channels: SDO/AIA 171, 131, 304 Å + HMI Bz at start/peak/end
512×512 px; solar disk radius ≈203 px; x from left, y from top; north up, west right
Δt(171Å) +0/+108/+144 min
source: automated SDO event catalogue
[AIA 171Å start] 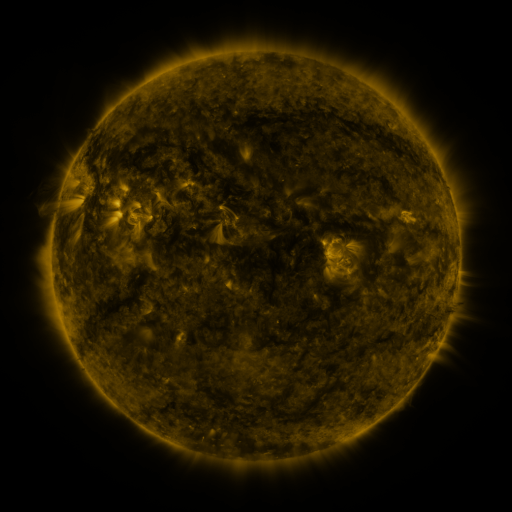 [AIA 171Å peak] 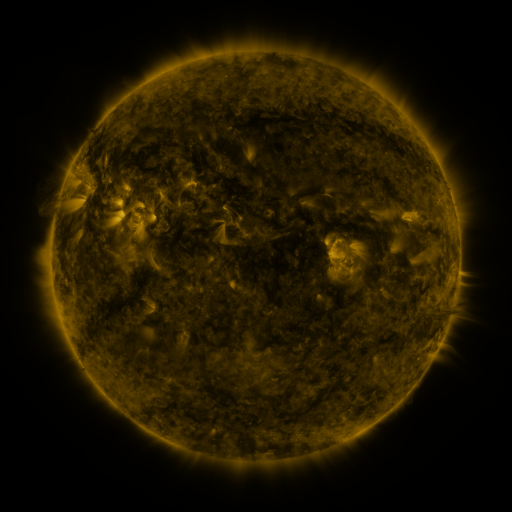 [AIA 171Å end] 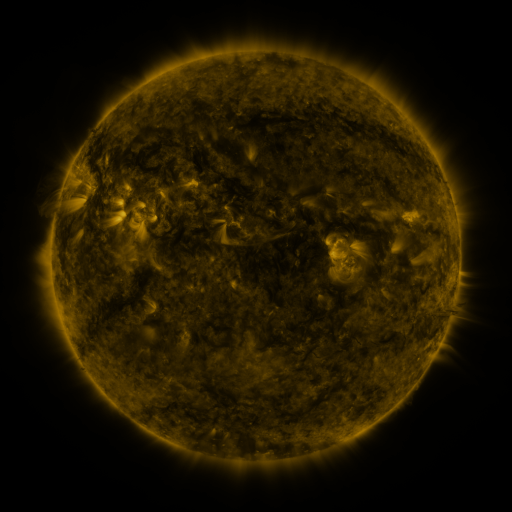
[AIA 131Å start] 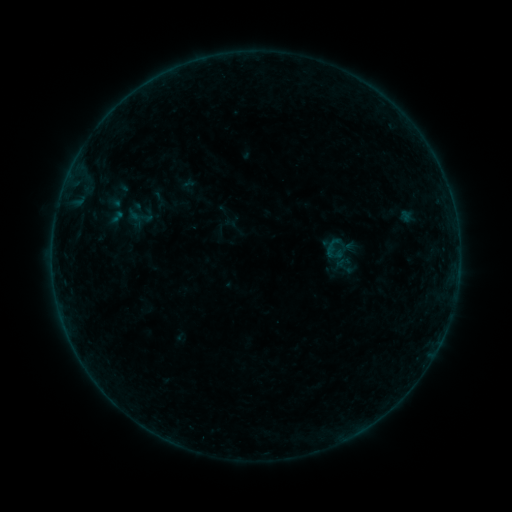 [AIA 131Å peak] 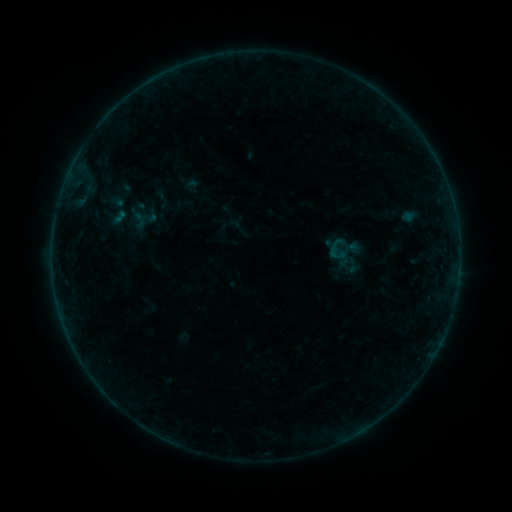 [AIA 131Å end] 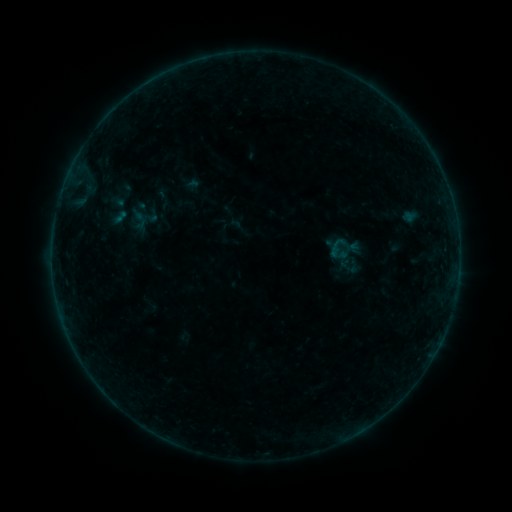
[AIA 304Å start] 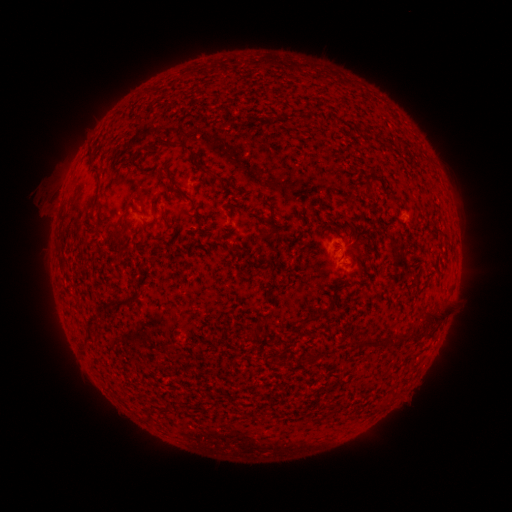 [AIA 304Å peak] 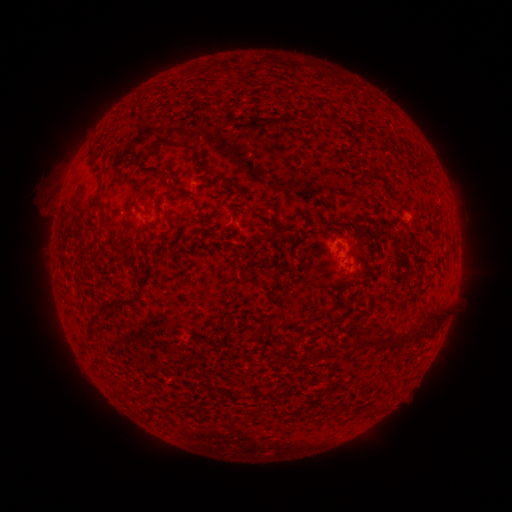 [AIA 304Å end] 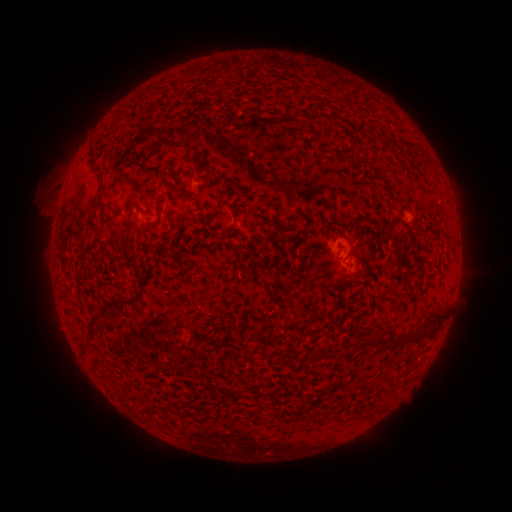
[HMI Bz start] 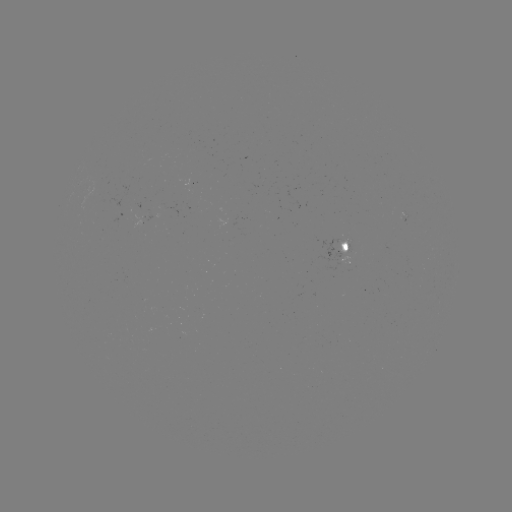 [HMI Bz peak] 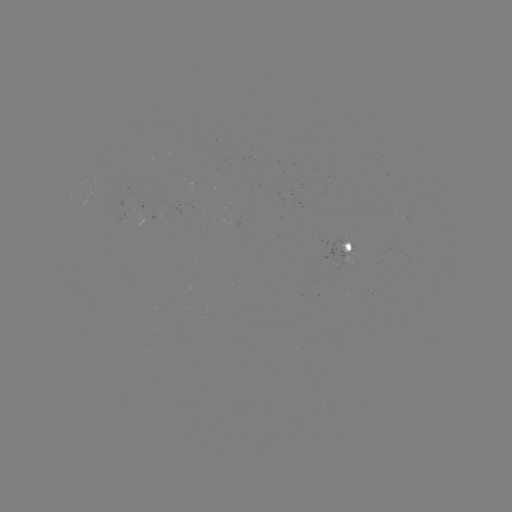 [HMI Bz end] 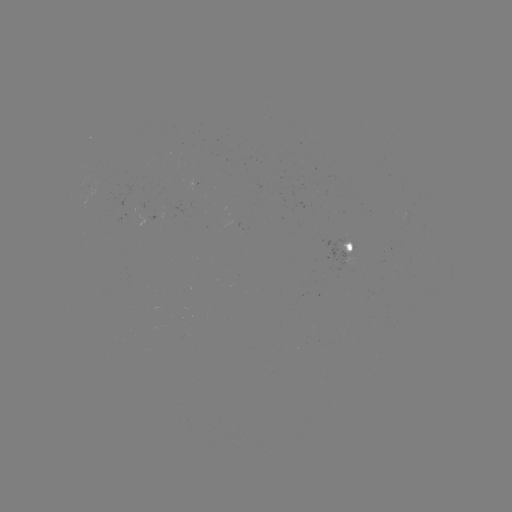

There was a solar emerging-flux region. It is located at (156, 221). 